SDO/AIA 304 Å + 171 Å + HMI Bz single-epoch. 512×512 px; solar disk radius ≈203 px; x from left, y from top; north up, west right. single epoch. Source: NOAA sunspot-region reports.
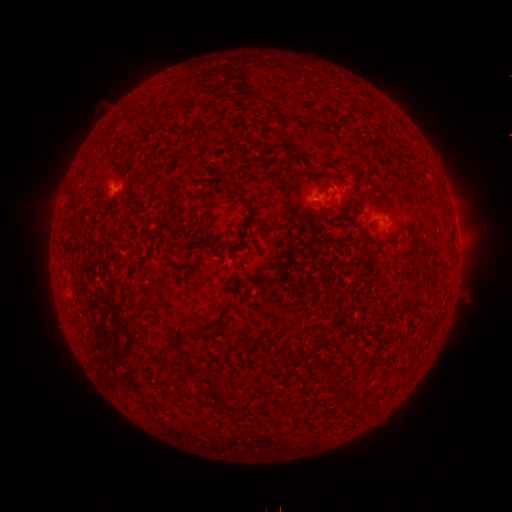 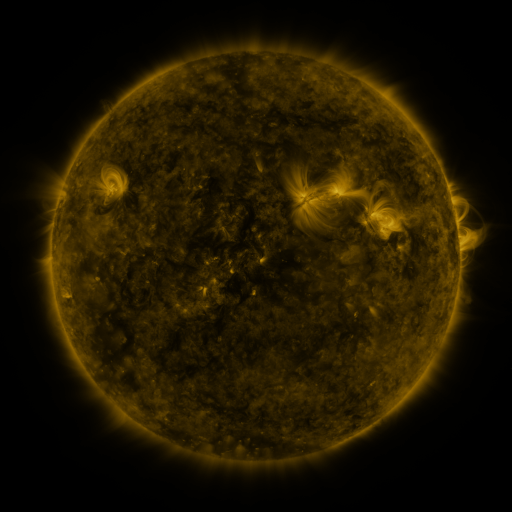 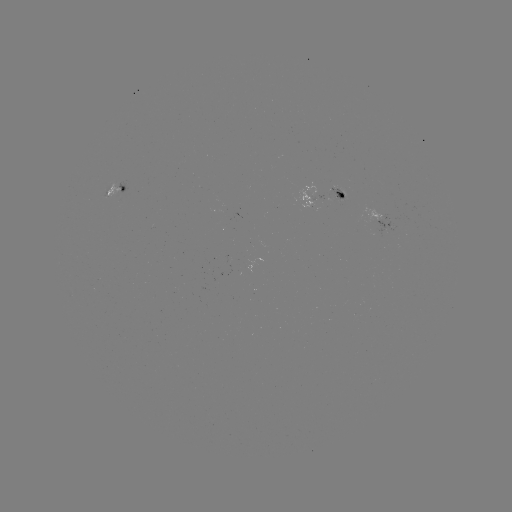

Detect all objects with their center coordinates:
spotted active region: (119, 189)
spotted active region: (330, 195)
spotted active region: (383, 219)
